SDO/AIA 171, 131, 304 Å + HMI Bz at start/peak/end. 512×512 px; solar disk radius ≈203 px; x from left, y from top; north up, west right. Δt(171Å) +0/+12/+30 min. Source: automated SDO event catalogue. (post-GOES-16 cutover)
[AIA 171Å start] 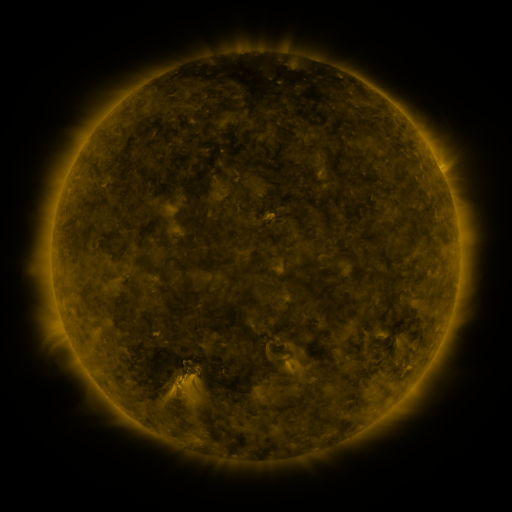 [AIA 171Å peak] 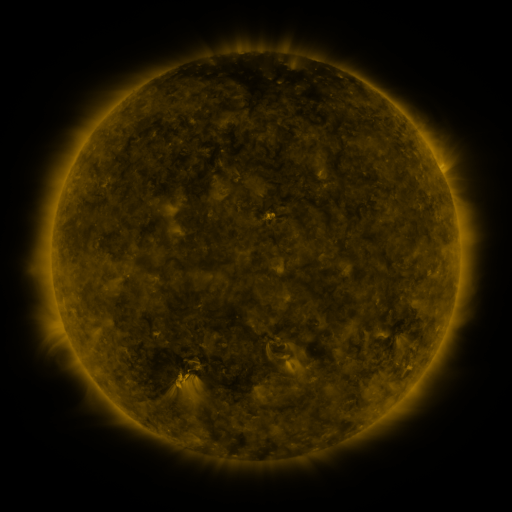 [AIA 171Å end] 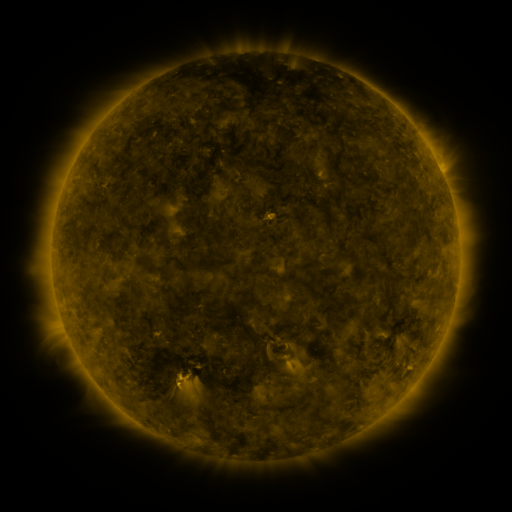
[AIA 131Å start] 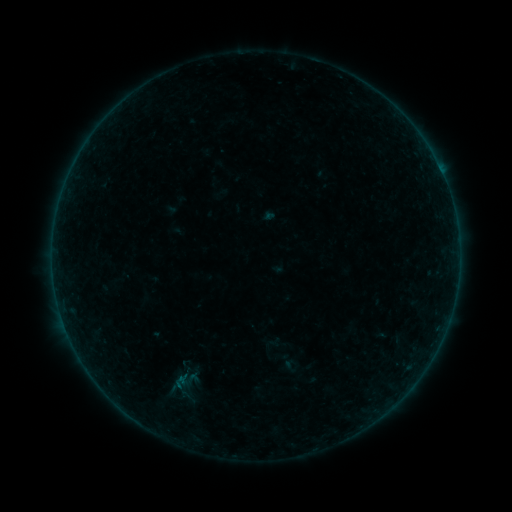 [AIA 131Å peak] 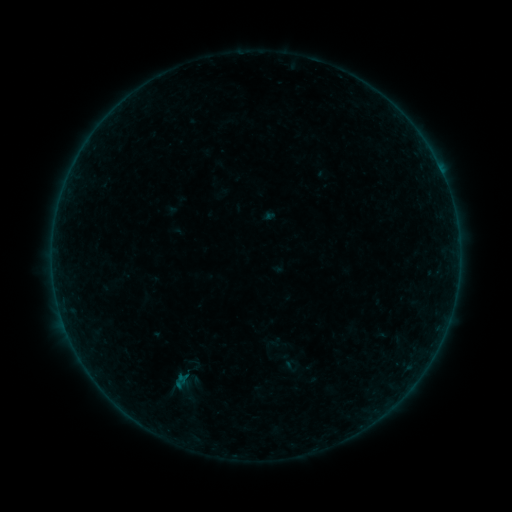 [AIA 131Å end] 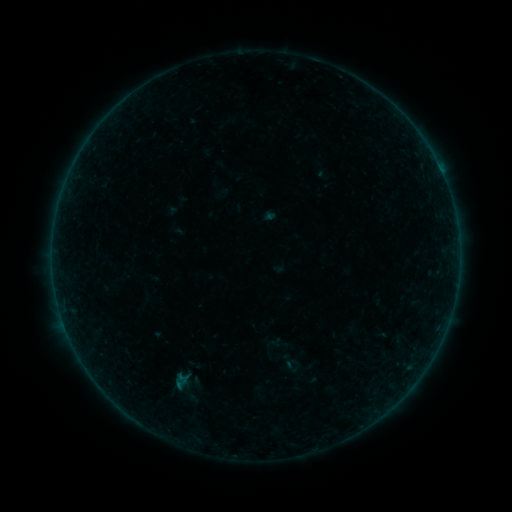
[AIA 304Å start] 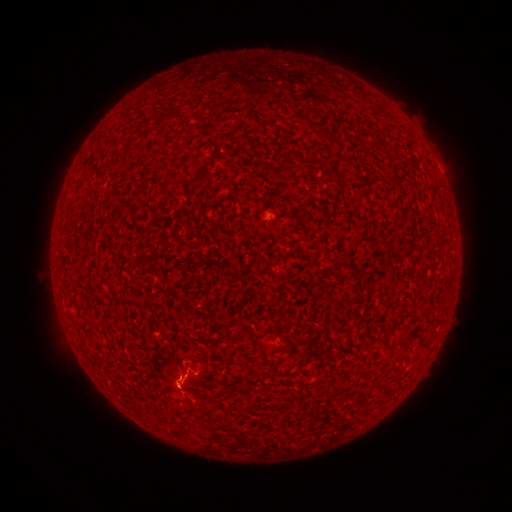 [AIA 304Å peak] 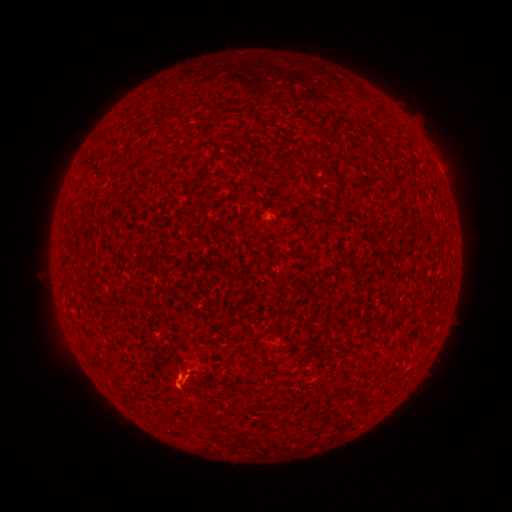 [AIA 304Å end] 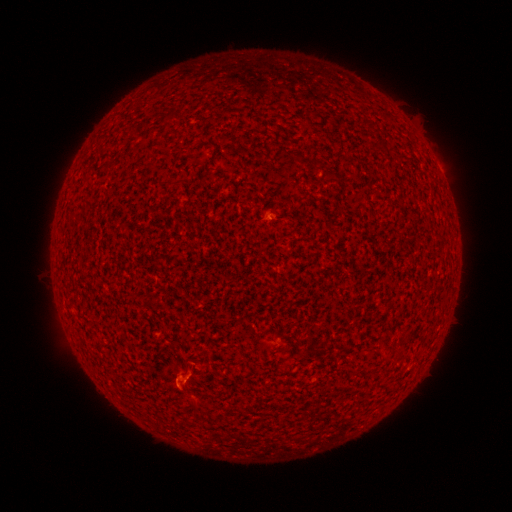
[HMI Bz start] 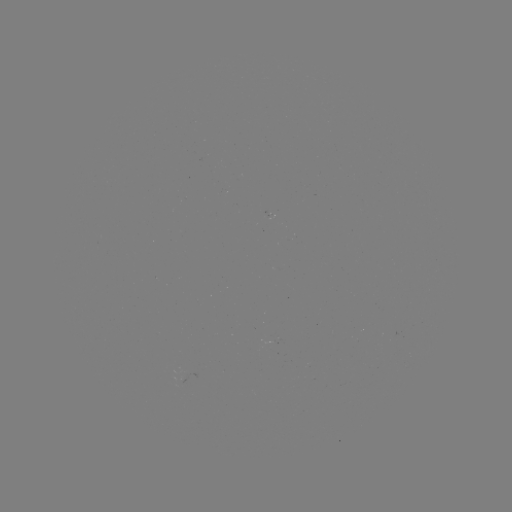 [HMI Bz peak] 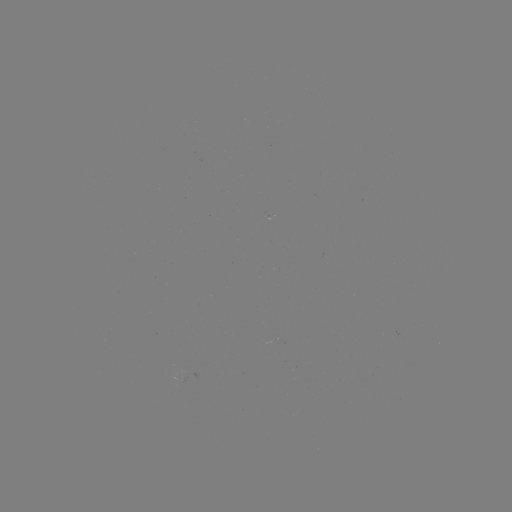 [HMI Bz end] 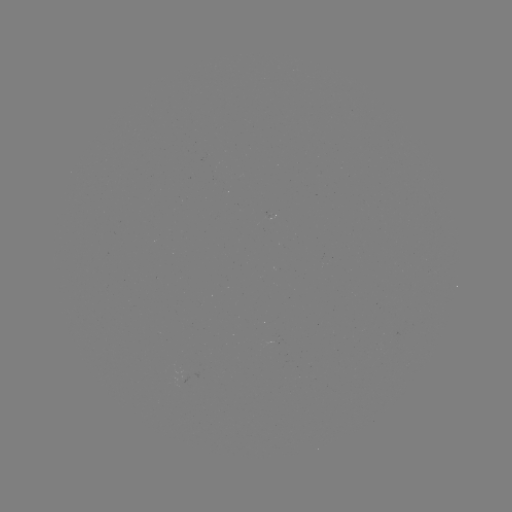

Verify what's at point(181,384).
B1.2 flare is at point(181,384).